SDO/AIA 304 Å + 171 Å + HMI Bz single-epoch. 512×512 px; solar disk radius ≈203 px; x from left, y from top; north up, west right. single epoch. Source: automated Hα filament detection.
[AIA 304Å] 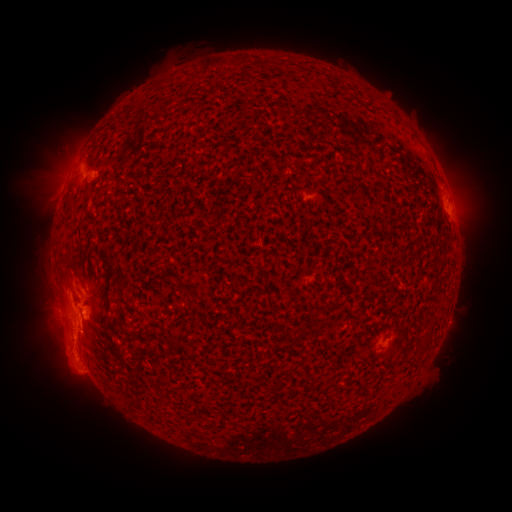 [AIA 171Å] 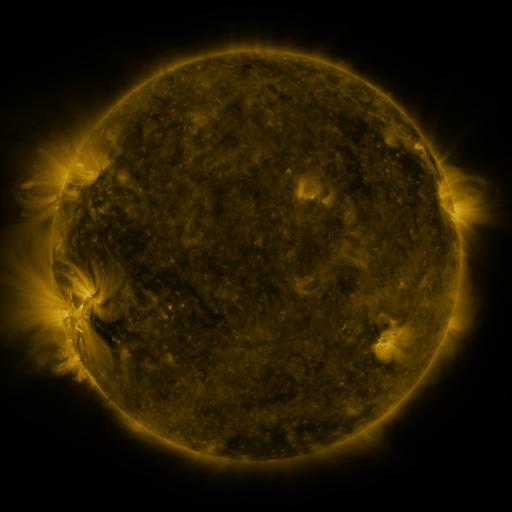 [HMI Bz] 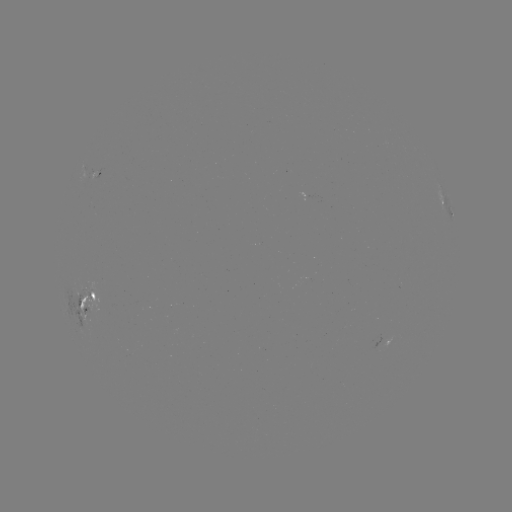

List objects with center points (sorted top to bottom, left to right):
filament: (235, 57, 246, 68)
filament: (205, 60, 223, 69)
filament: (357, 192, 367, 207)
filament: (57, 253, 68, 264)
filament: (104, 299, 111, 312)
filament: (193, 304, 201, 314)
filament: (307, 308, 323, 323)
filament: (120, 328, 134, 337)
filament: (160, 369, 173, 385)
